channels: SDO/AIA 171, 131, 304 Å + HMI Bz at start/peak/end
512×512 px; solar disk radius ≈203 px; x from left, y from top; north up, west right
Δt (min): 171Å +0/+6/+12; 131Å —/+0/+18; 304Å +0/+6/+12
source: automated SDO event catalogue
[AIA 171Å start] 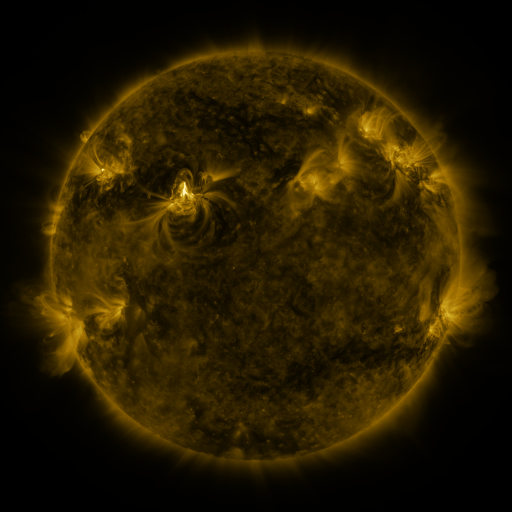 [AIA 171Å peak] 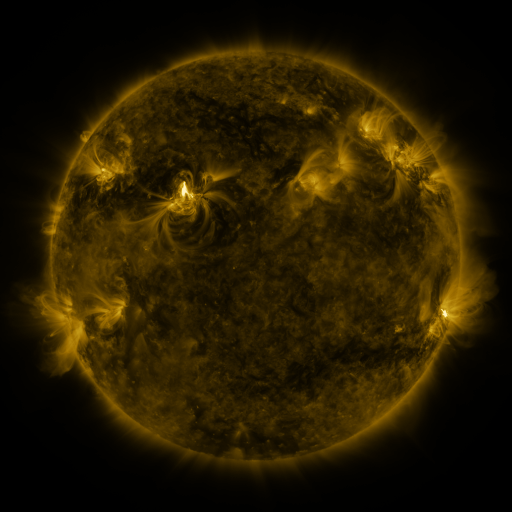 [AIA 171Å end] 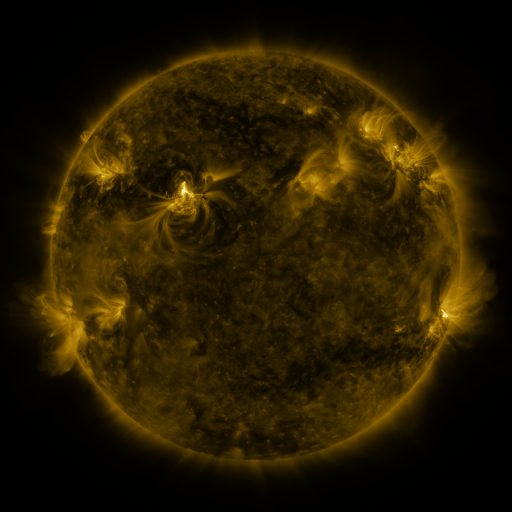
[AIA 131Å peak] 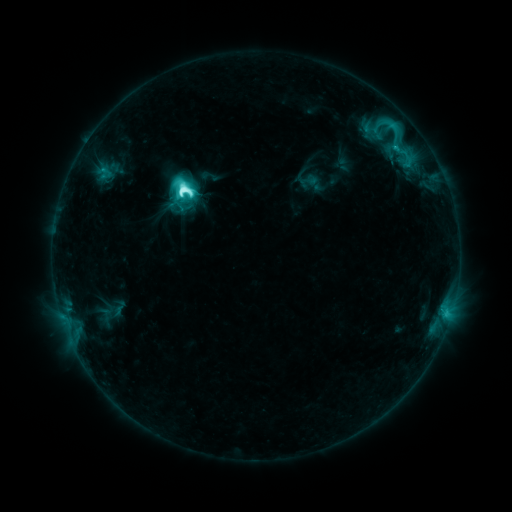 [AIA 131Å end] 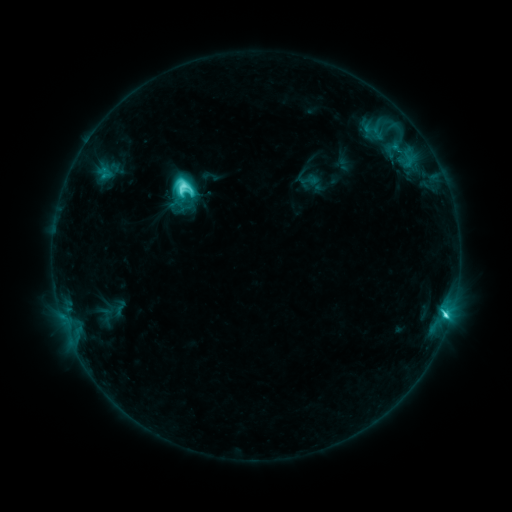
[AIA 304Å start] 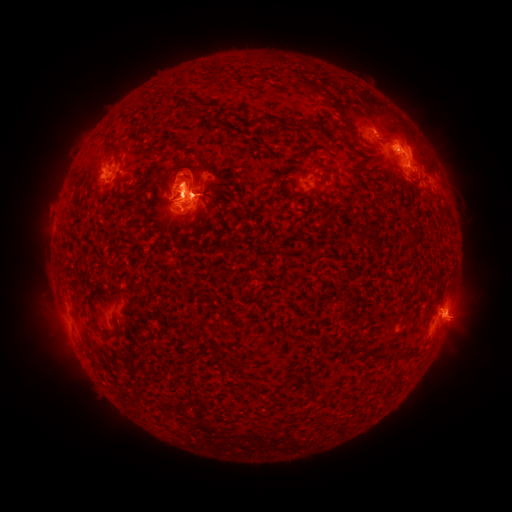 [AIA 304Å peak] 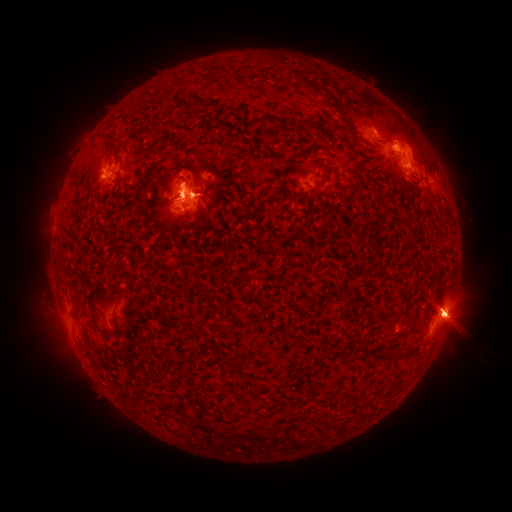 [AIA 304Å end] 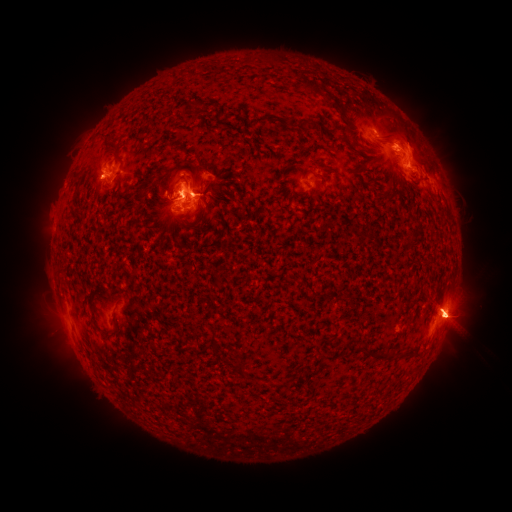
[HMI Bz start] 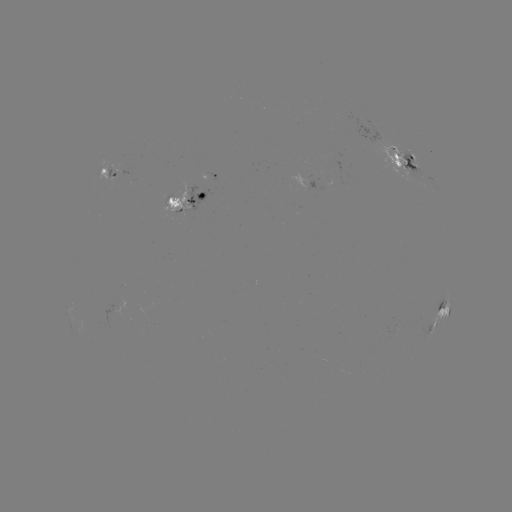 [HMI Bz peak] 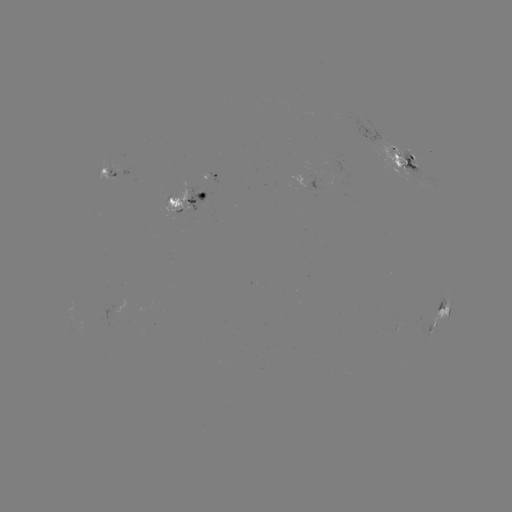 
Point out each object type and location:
eruption: (422, 143)
